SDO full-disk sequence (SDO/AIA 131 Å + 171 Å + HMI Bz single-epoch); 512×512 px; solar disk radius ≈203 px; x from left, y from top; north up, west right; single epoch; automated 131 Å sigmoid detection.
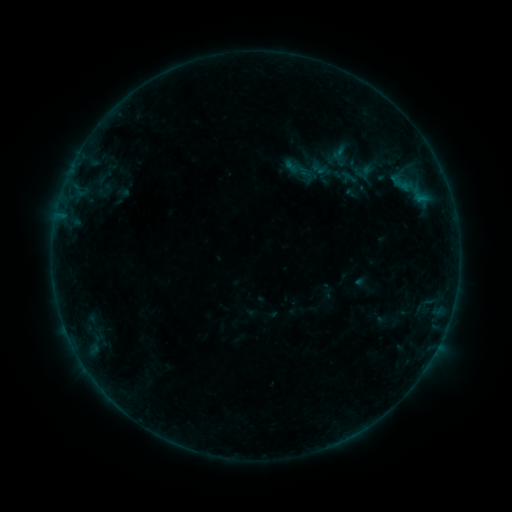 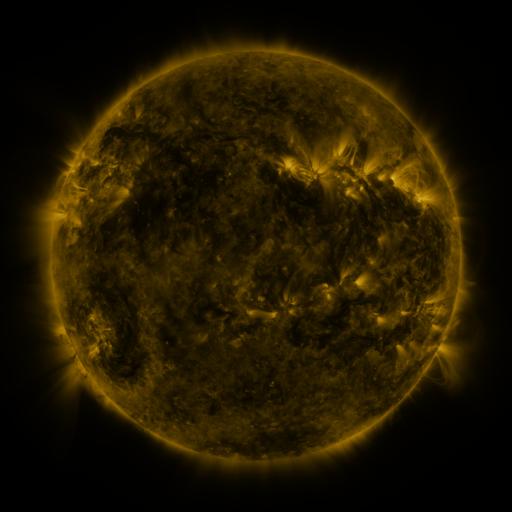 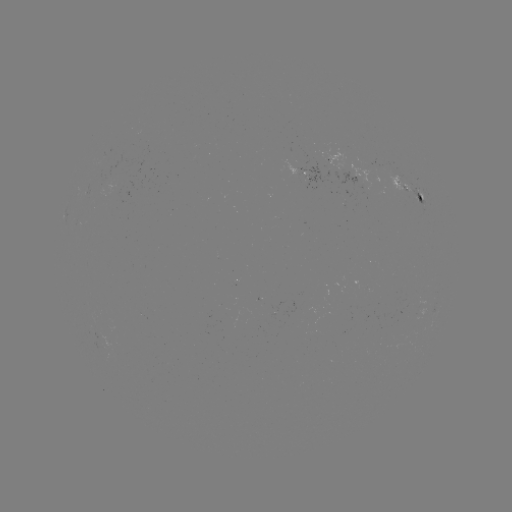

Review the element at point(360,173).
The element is sigmoid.